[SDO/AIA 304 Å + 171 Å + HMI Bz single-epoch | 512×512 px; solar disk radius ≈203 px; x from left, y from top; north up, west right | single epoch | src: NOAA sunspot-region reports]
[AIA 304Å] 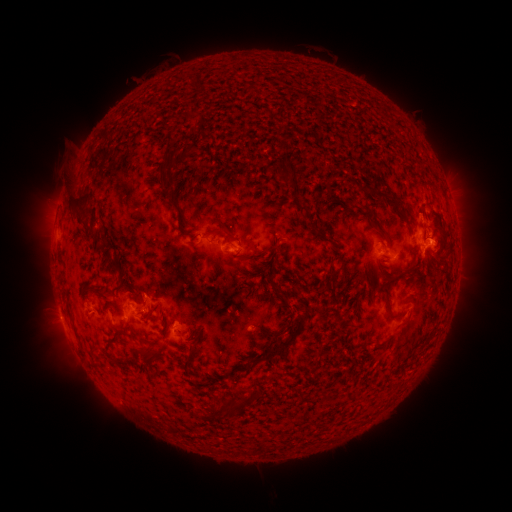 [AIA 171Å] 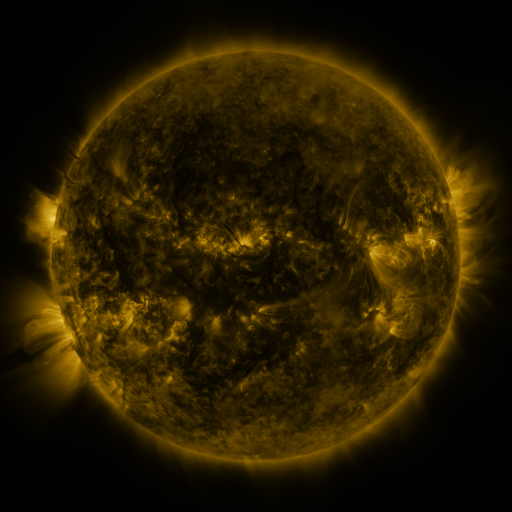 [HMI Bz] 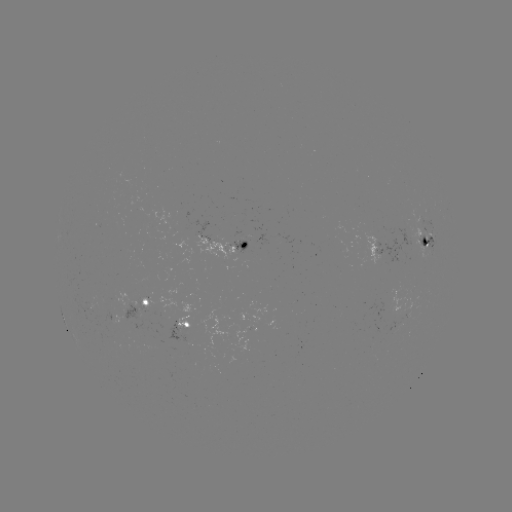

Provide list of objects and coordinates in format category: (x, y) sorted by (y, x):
spotted active region: (427, 244)
spotted active region: (228, 245)
spotted active region: (384, 268)
spotted active region: (148, 305)
spotted active region: (191, 328)
